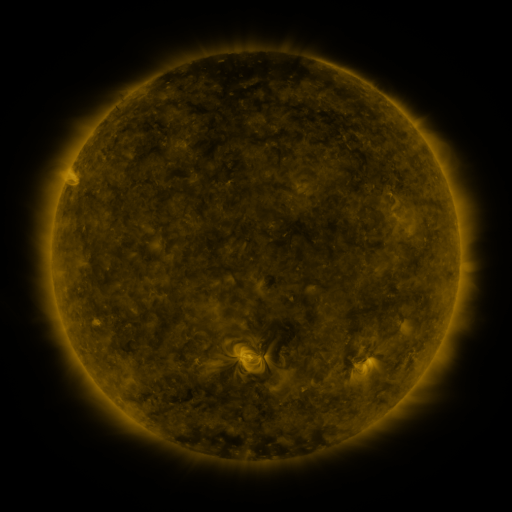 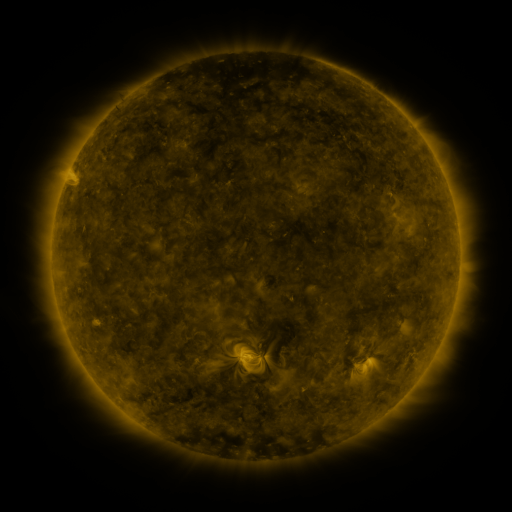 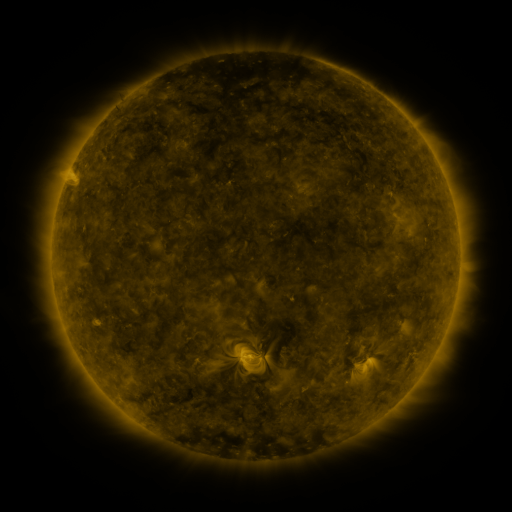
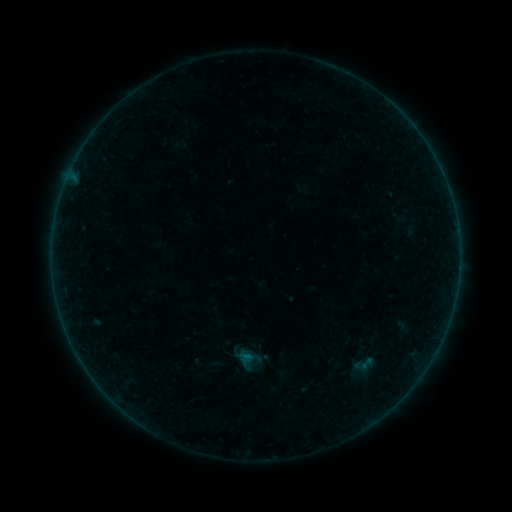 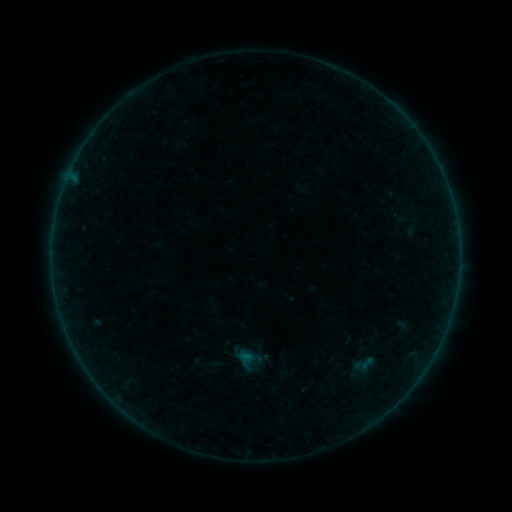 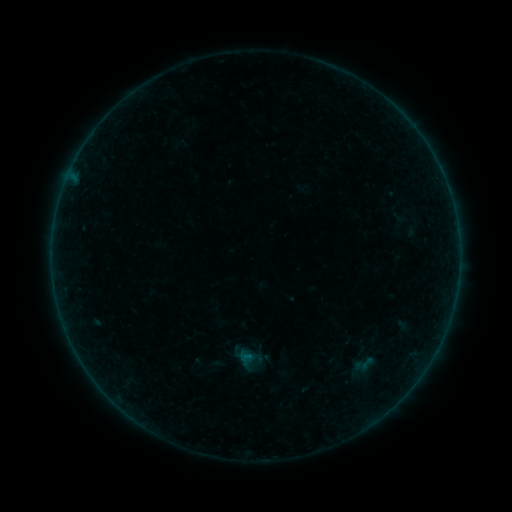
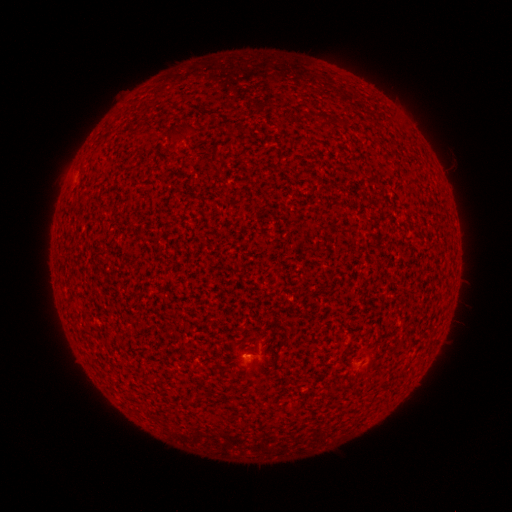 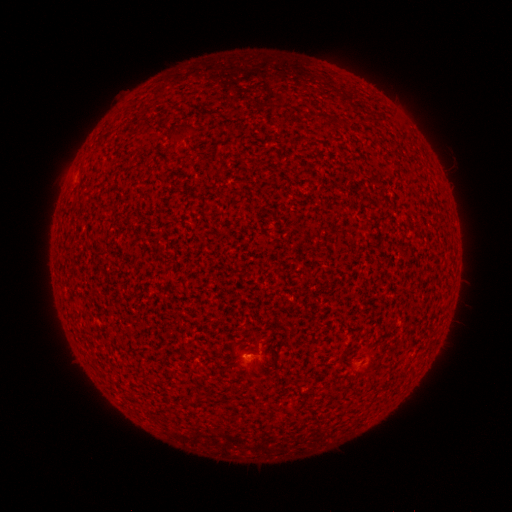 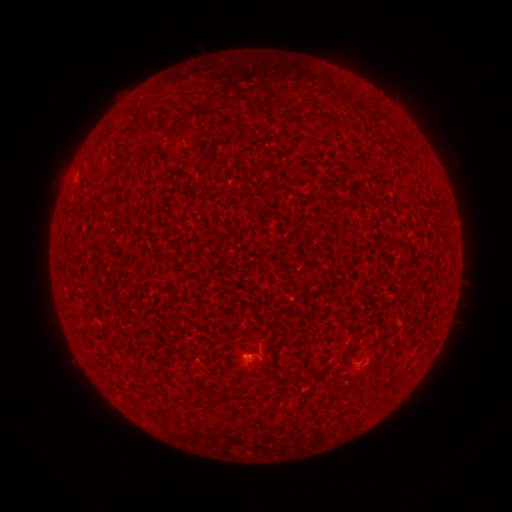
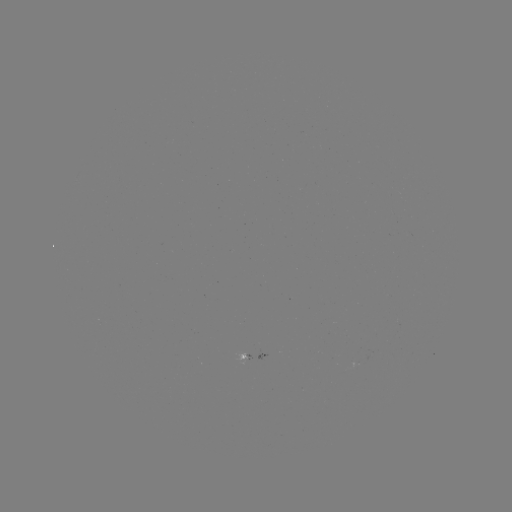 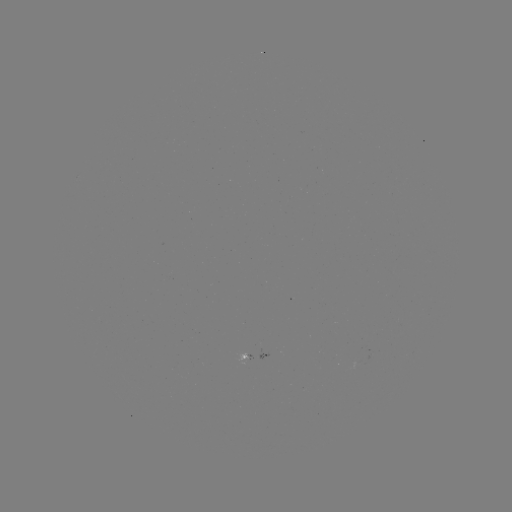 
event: flare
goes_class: A3.1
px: (246, 355)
